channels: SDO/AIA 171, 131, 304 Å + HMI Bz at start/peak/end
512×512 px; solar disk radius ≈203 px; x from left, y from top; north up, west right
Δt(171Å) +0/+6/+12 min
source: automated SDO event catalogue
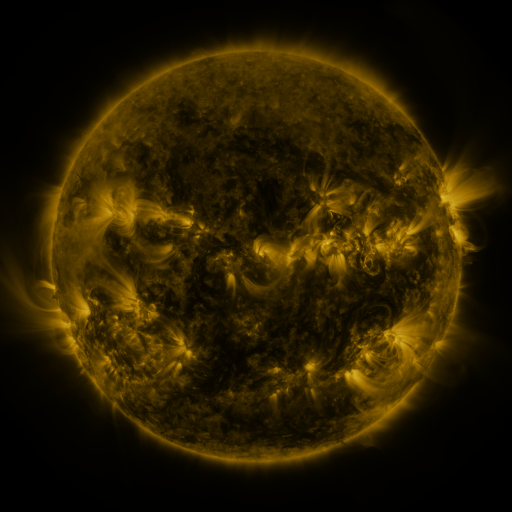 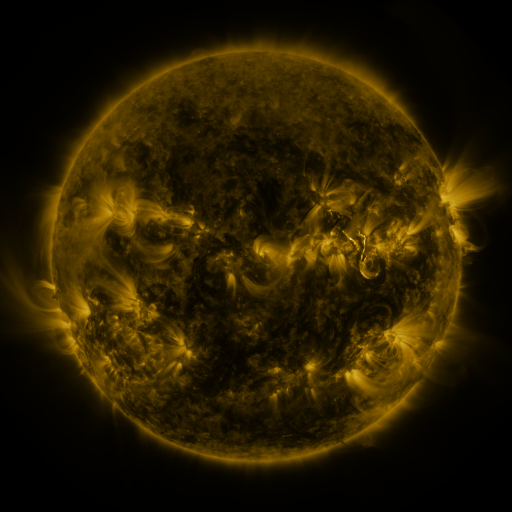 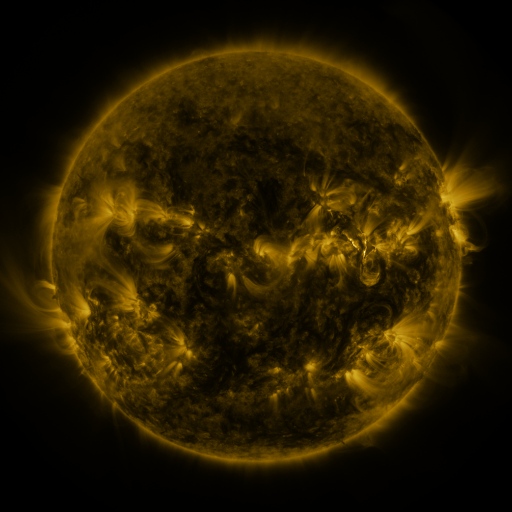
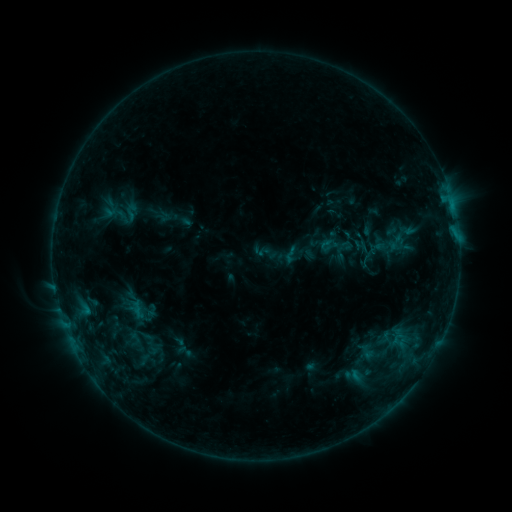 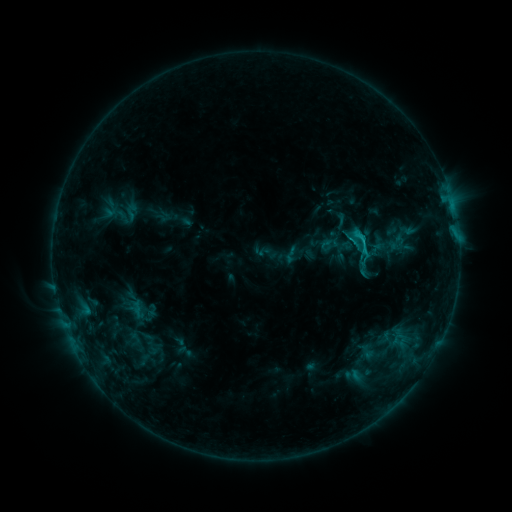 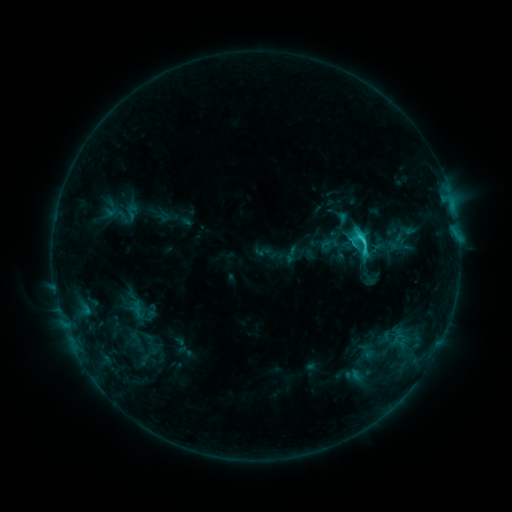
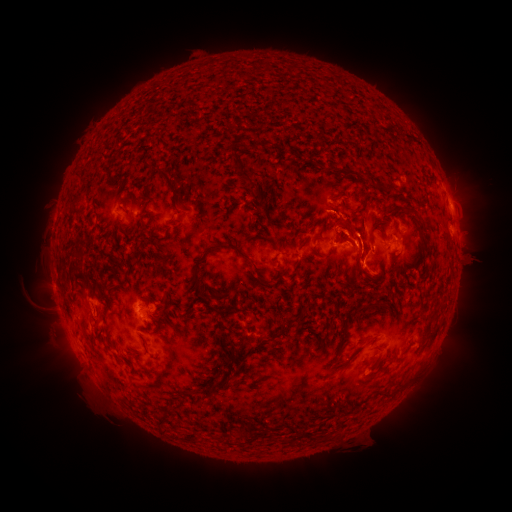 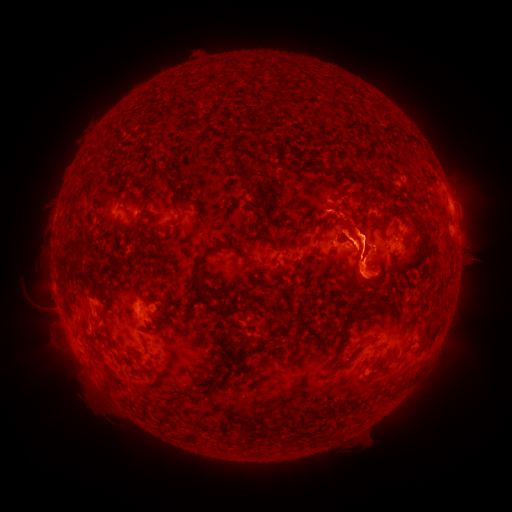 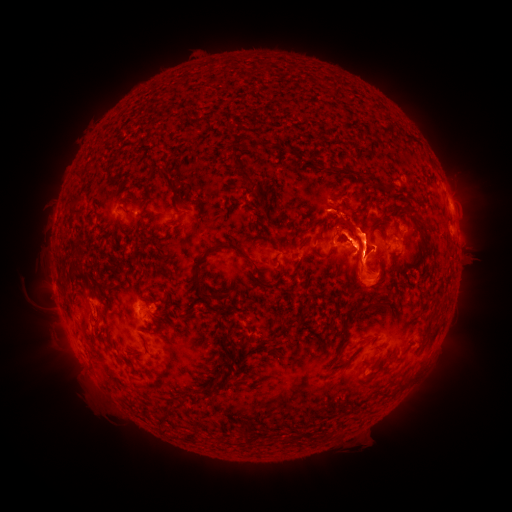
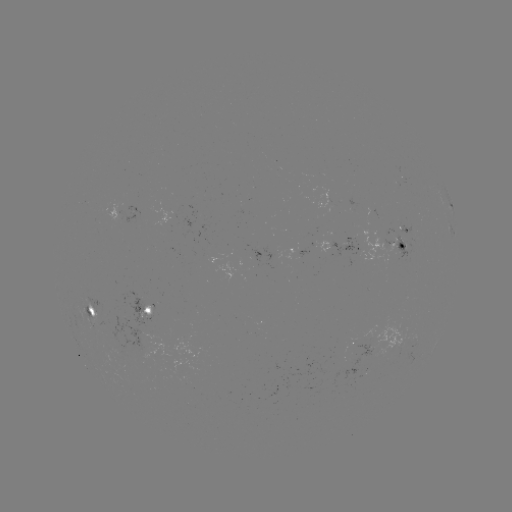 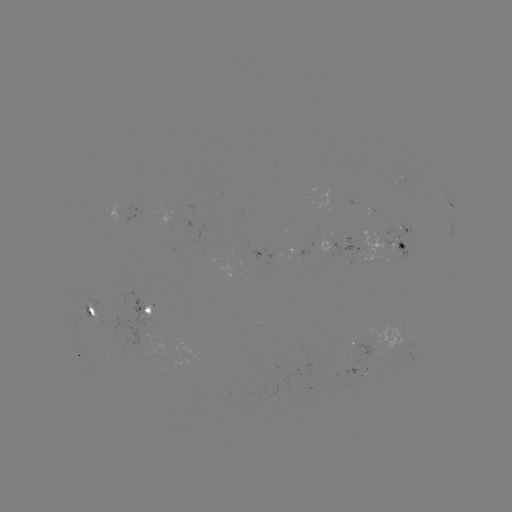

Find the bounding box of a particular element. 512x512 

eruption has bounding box [440, 219, 489, 298].